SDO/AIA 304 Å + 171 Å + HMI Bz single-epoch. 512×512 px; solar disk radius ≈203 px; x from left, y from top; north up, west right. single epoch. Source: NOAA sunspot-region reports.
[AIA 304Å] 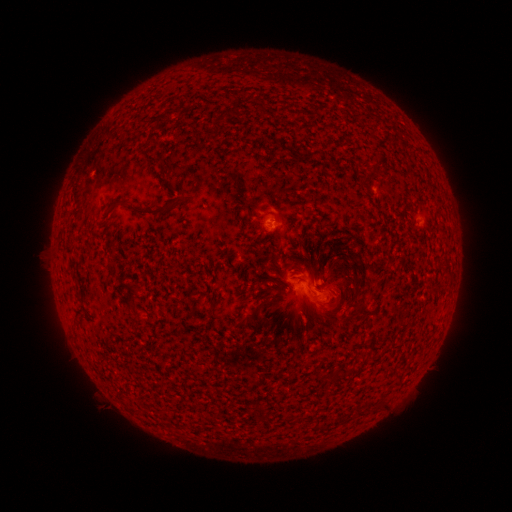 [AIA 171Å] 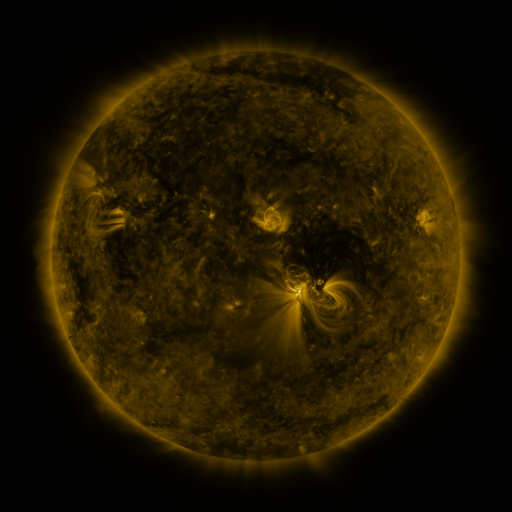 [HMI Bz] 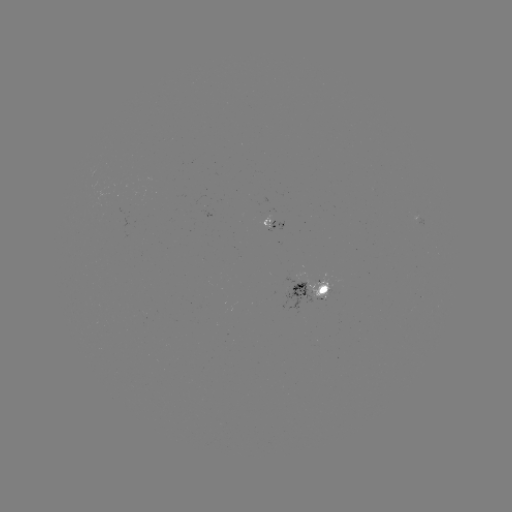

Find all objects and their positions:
spotted active region: (276, 224)
spotted active region: (315, 291)
